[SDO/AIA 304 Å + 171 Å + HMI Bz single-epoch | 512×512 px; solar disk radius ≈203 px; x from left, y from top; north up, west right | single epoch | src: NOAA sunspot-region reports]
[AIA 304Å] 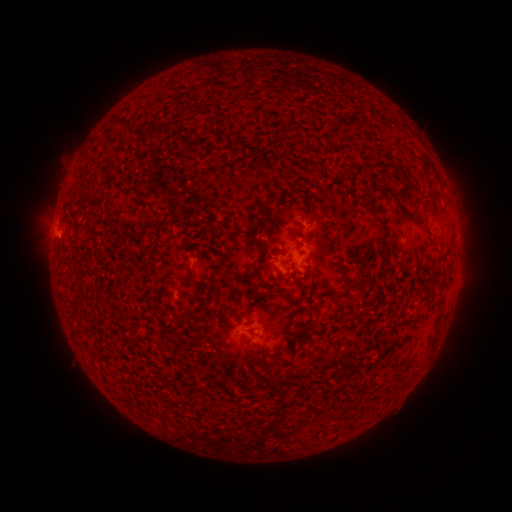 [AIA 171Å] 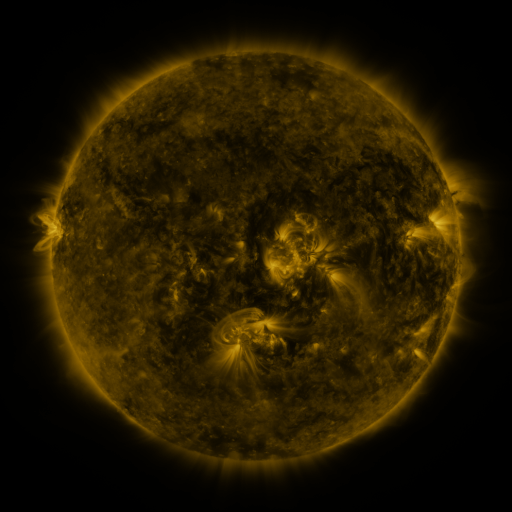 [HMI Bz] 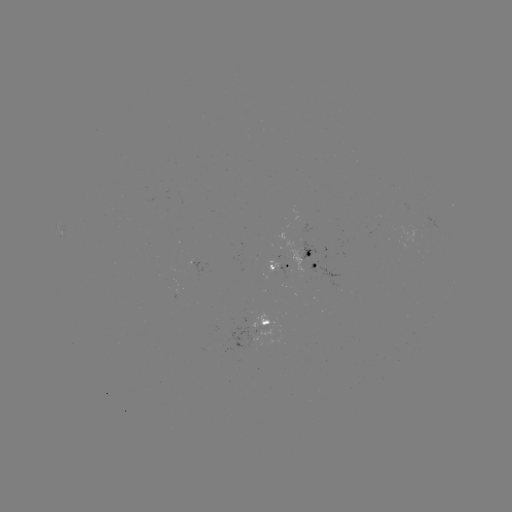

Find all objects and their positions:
spotted active region: (315, 260)
spotted active region: (280, 265)
spotted active region: (266, 321)
